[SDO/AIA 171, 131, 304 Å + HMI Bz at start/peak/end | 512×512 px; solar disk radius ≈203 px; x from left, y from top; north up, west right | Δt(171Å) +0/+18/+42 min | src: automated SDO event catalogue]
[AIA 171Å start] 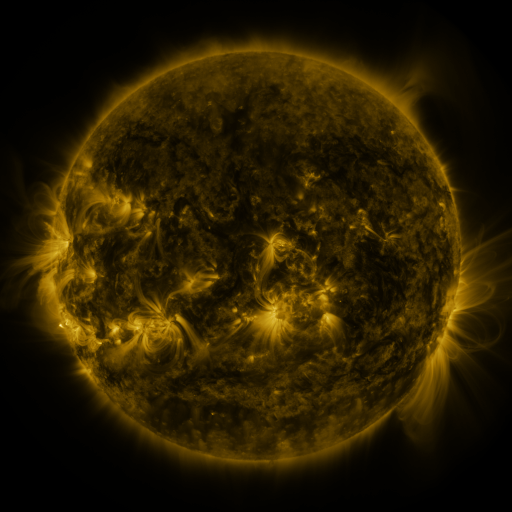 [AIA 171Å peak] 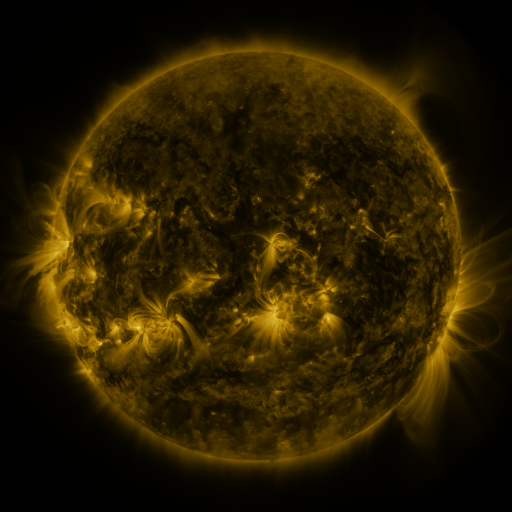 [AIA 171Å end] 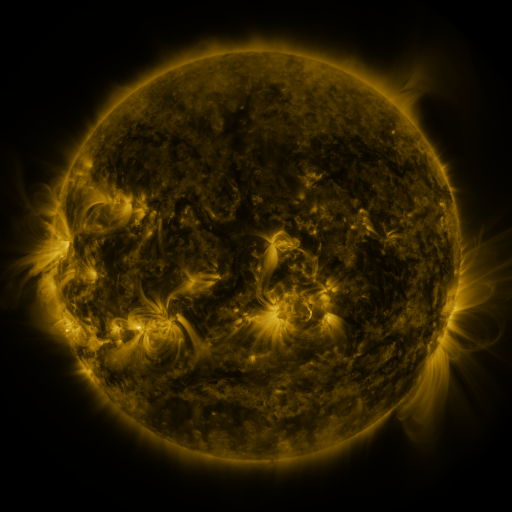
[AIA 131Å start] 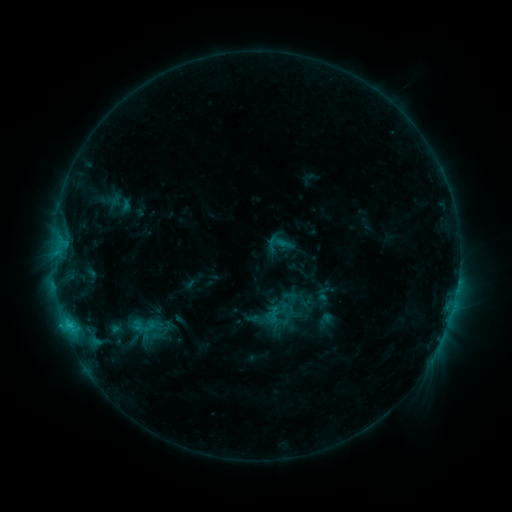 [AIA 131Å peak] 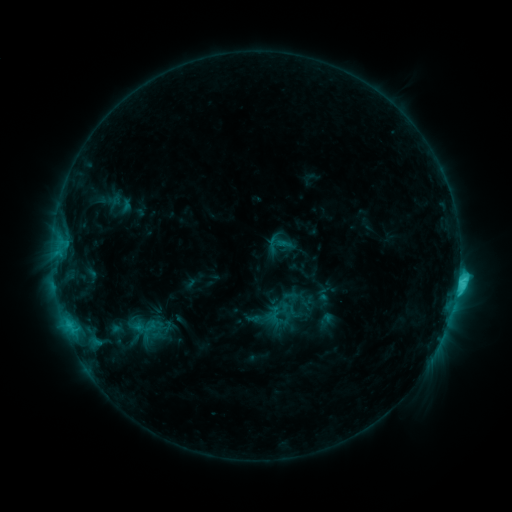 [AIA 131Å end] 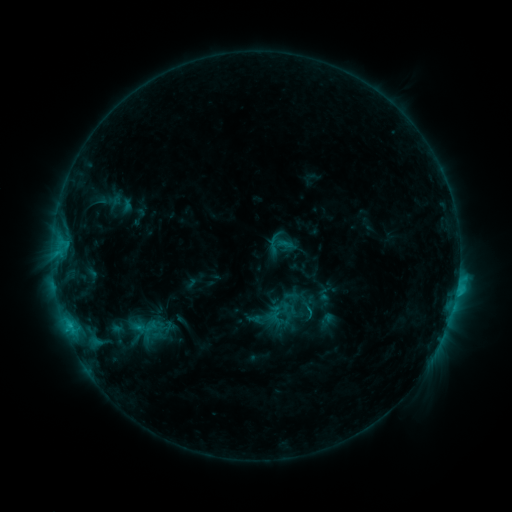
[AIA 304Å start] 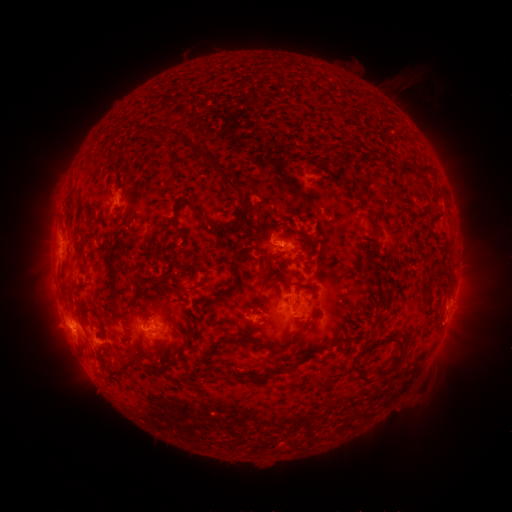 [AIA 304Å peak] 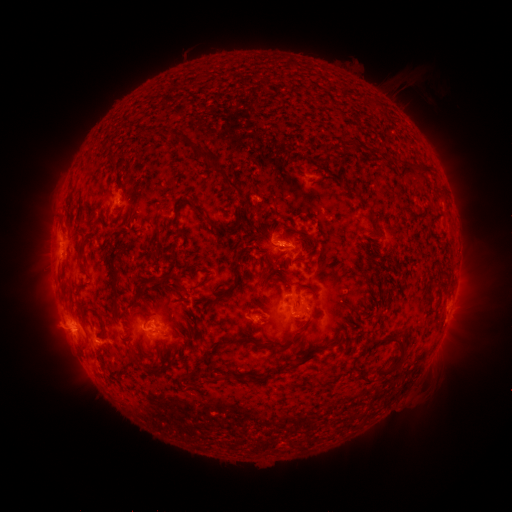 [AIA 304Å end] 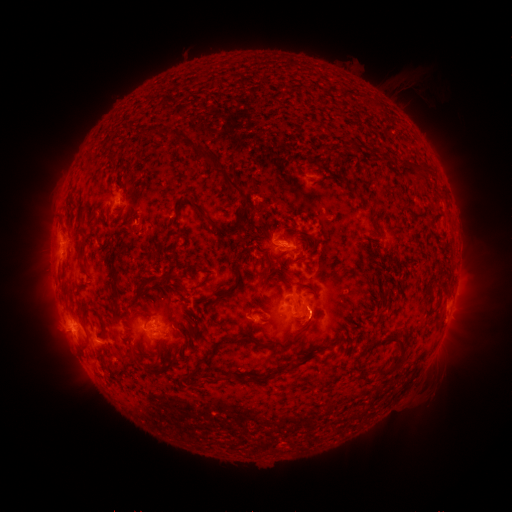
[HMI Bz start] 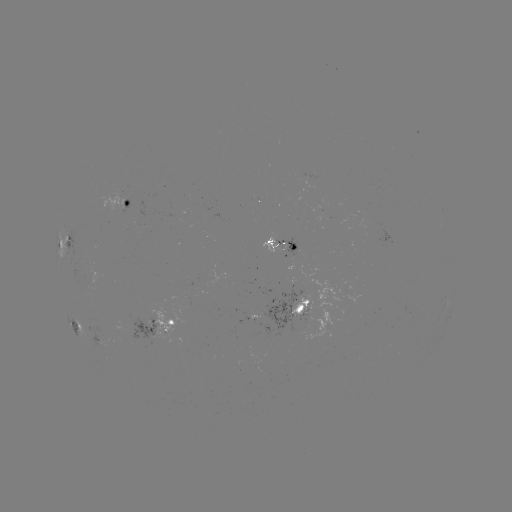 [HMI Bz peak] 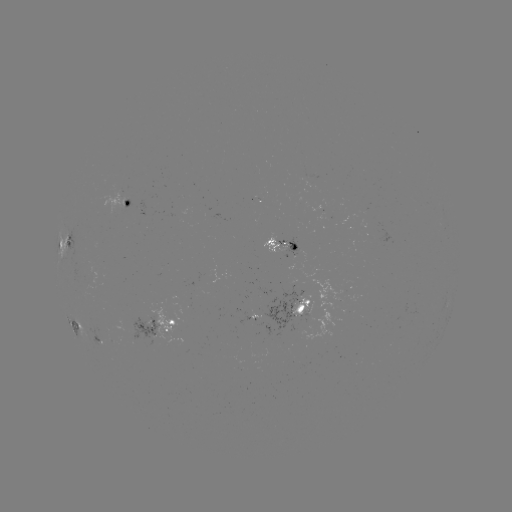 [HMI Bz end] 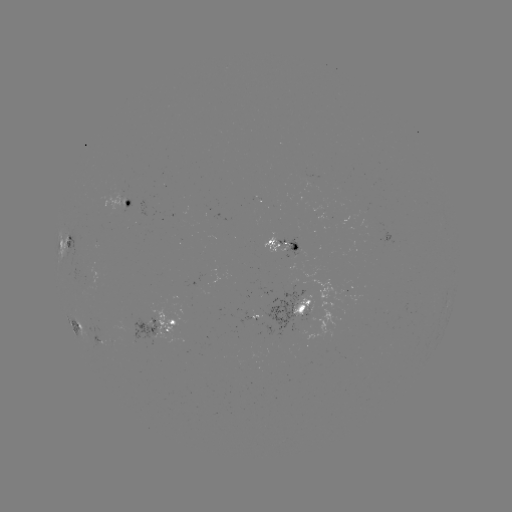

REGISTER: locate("C3.7 flare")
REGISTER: [457, 280]